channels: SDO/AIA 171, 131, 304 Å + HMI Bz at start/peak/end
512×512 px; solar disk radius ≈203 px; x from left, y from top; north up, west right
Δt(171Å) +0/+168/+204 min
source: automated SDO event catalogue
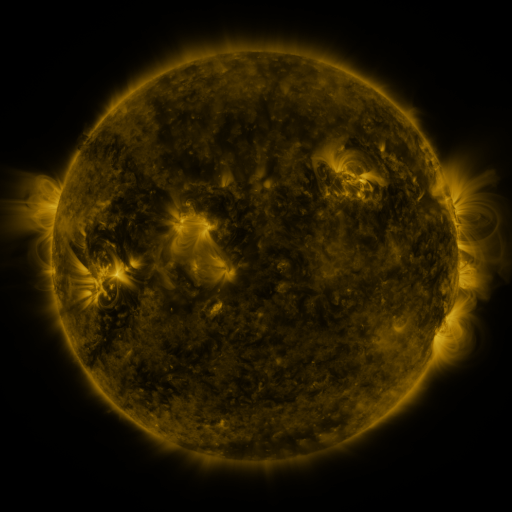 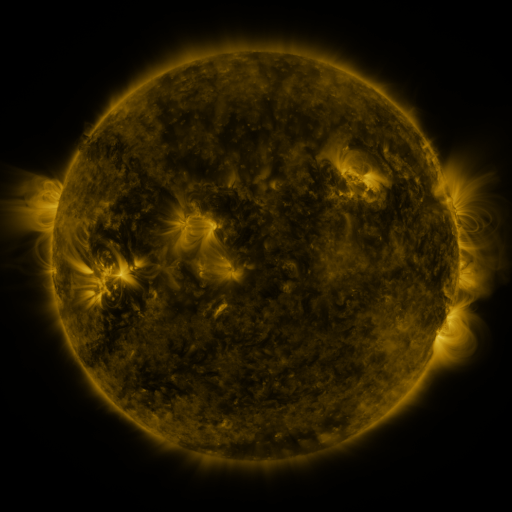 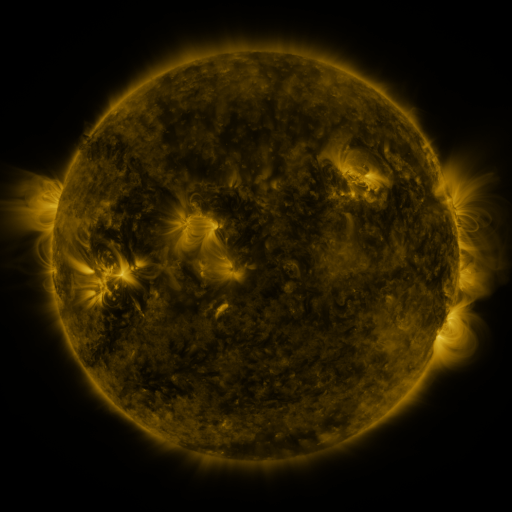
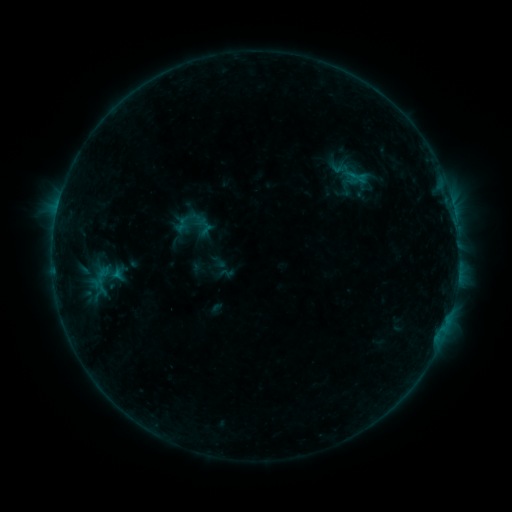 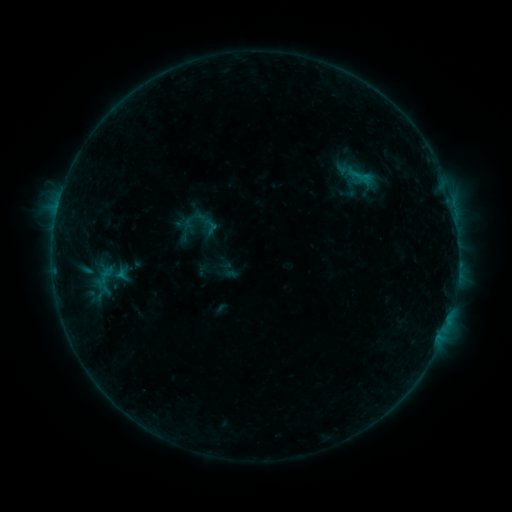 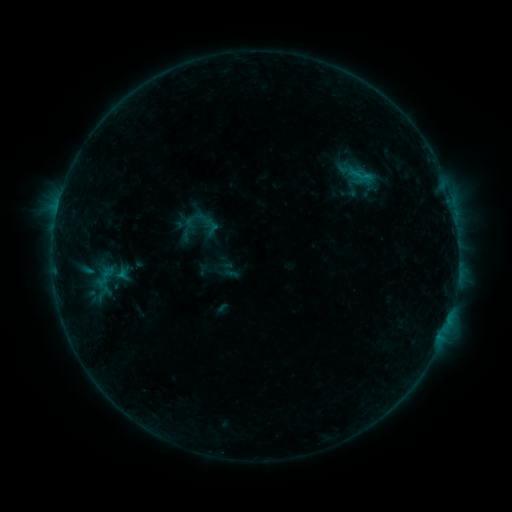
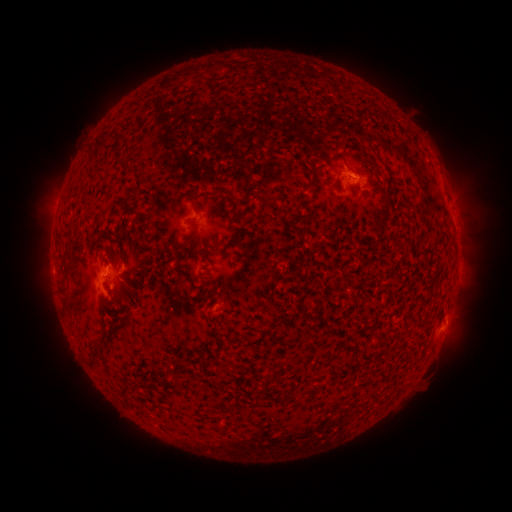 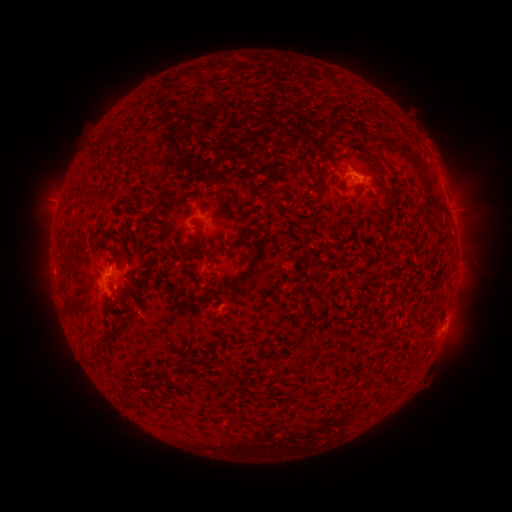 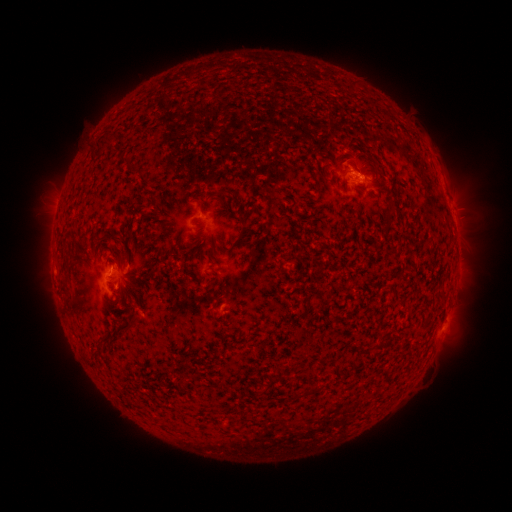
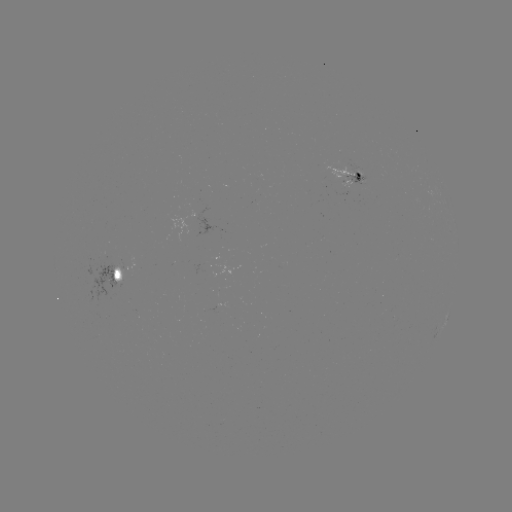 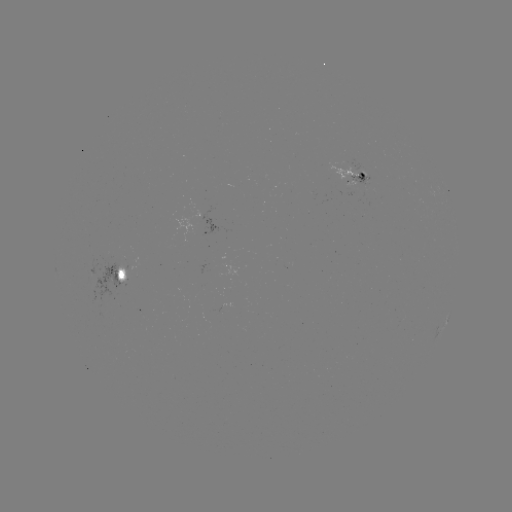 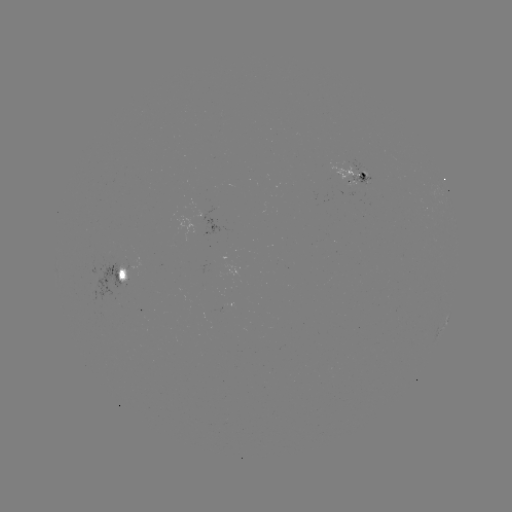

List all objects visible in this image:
emerging-flux region: (141, 313)
